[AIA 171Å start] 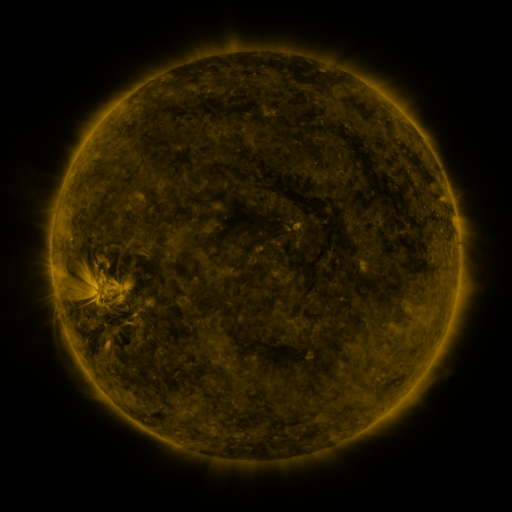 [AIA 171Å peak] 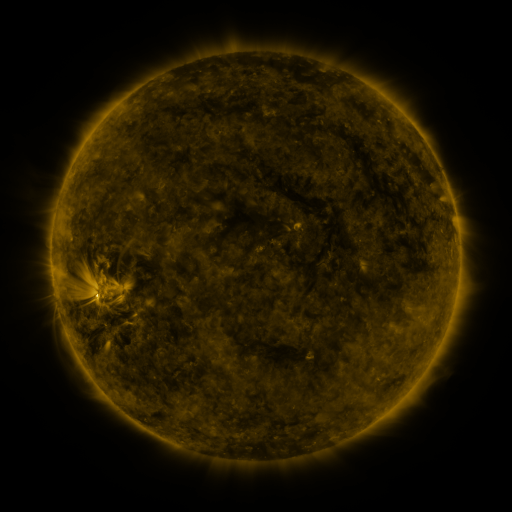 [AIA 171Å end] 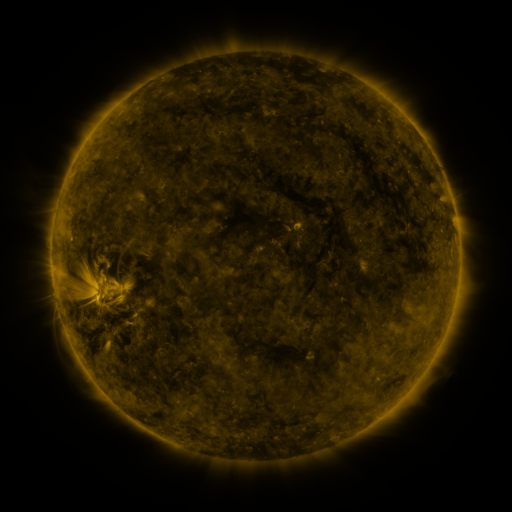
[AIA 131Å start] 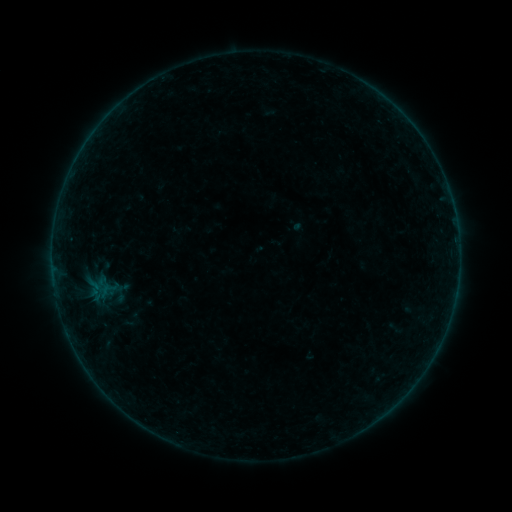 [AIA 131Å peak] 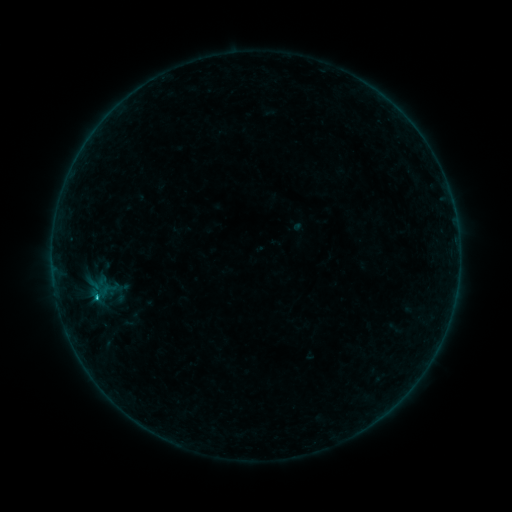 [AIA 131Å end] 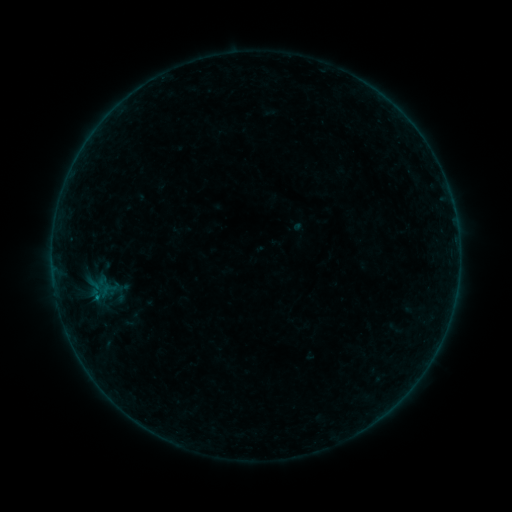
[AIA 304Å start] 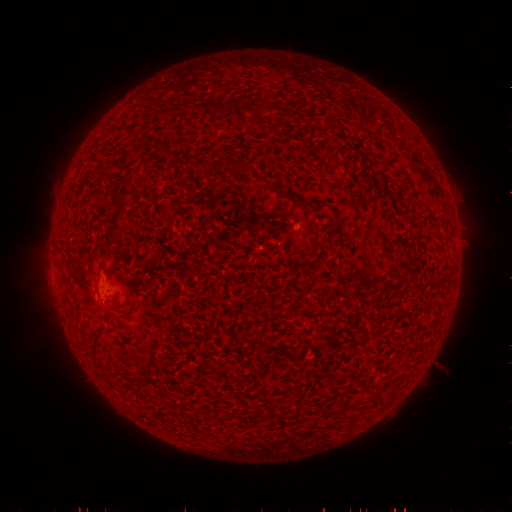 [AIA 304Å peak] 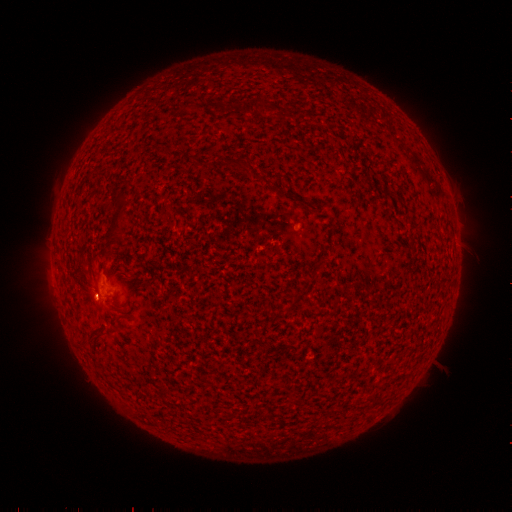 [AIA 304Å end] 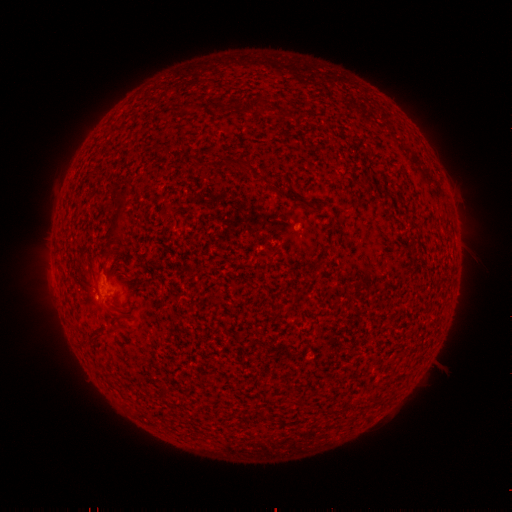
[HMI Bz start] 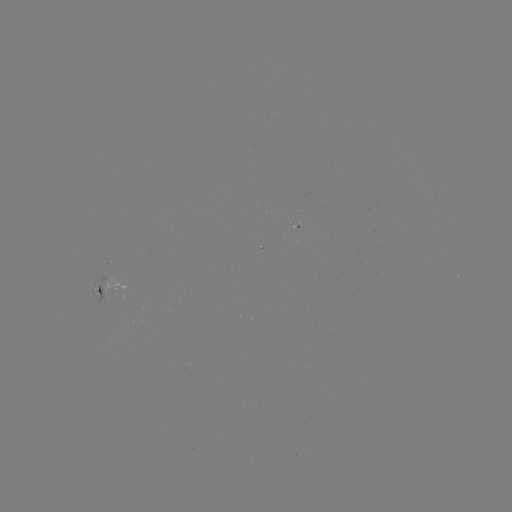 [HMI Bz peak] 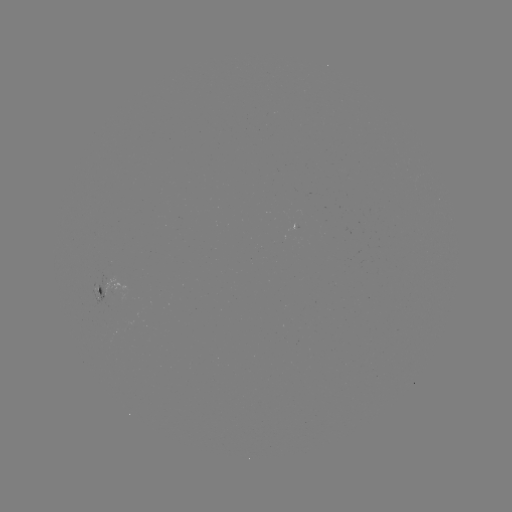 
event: flare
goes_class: B3.7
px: (97, 297)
